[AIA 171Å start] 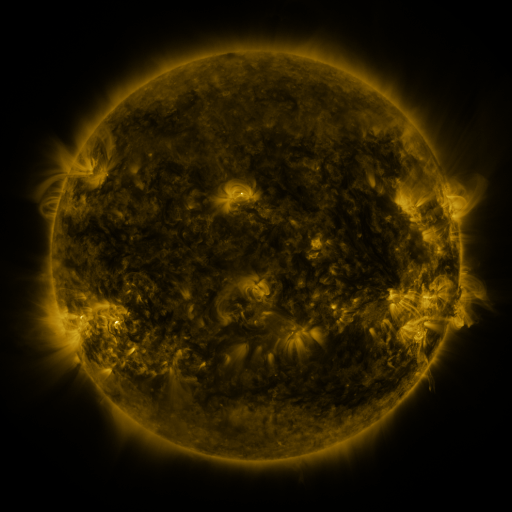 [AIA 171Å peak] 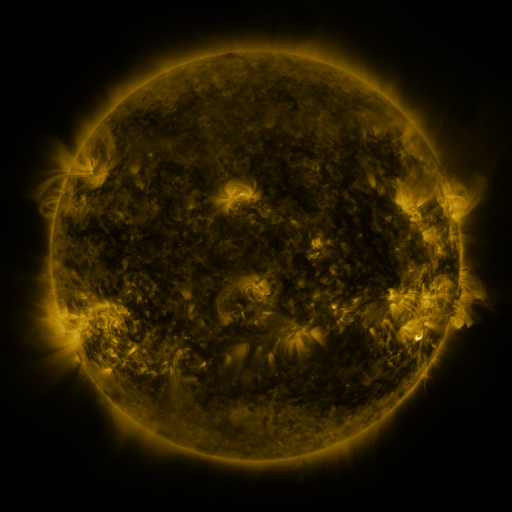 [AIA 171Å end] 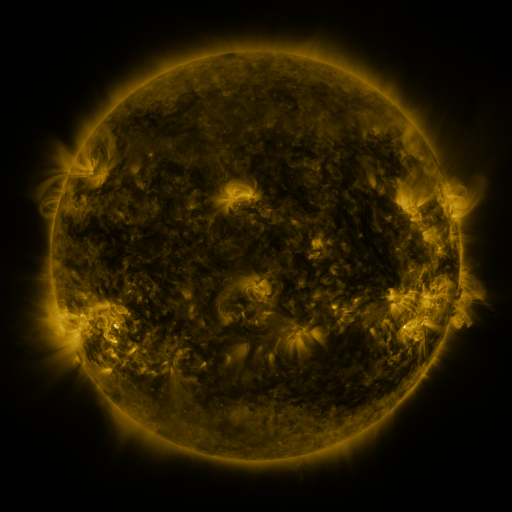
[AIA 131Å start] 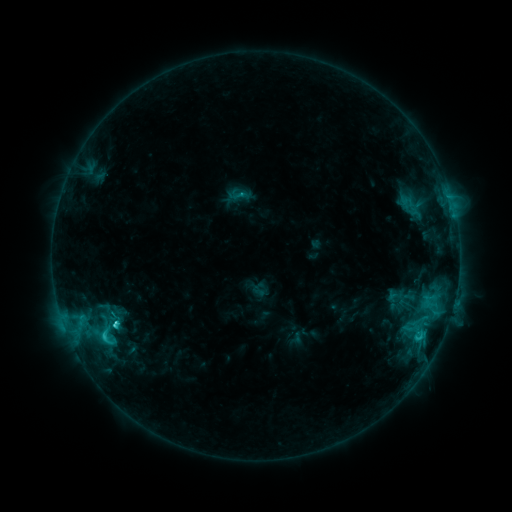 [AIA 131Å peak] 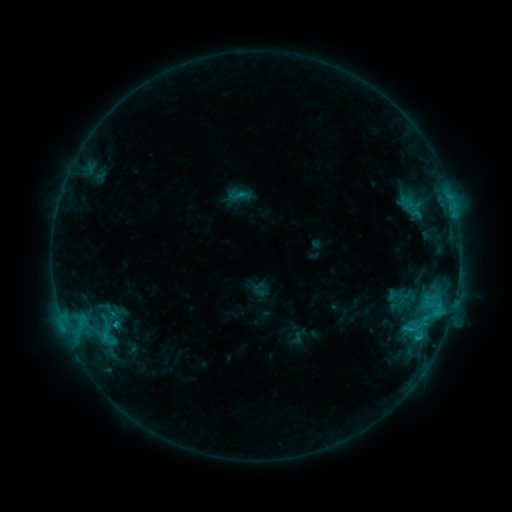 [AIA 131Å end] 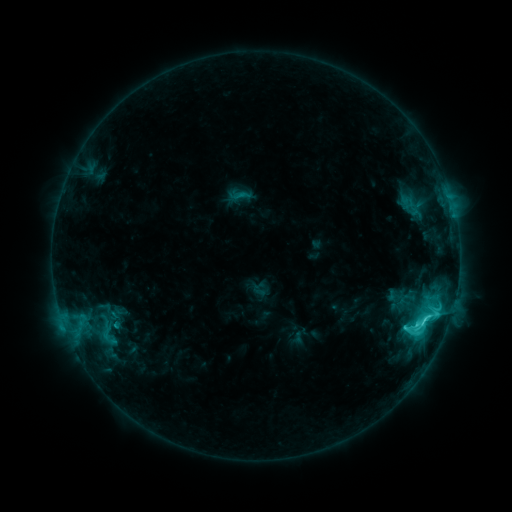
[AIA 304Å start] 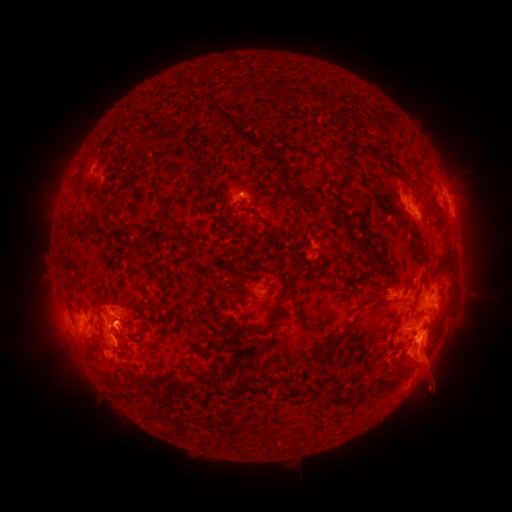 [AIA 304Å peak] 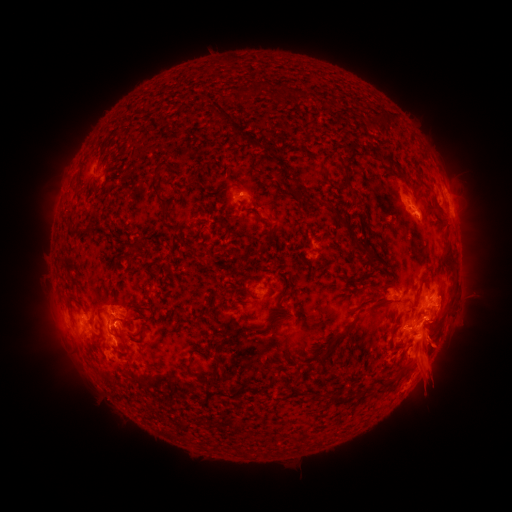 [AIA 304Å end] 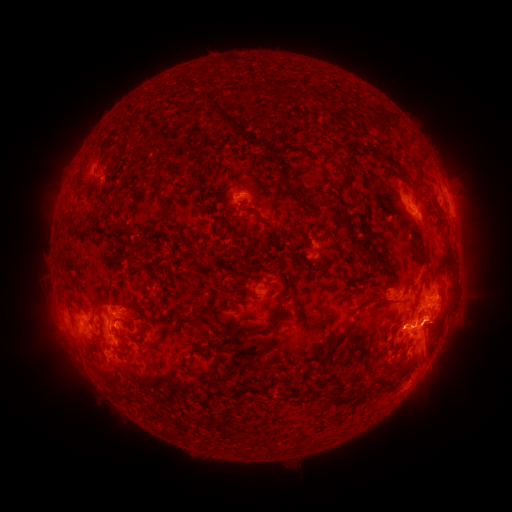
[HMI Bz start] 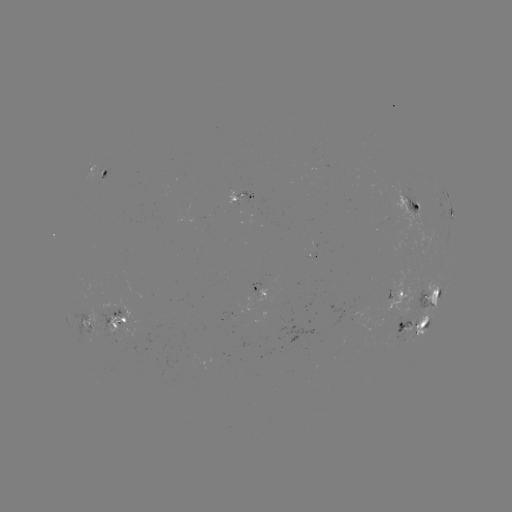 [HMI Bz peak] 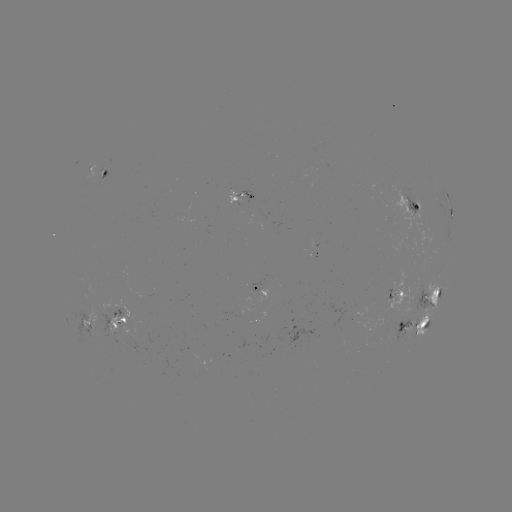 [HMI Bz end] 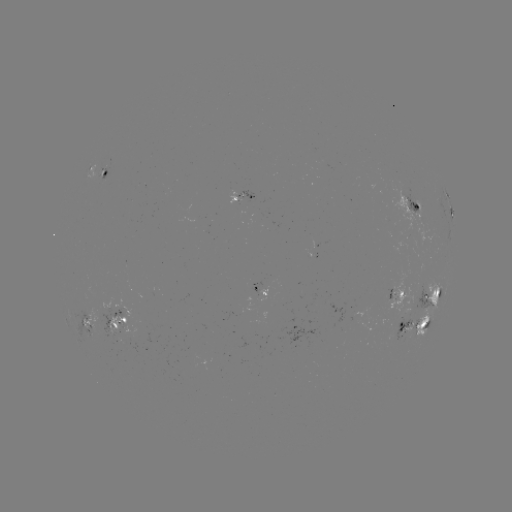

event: eruption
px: (440, 343)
